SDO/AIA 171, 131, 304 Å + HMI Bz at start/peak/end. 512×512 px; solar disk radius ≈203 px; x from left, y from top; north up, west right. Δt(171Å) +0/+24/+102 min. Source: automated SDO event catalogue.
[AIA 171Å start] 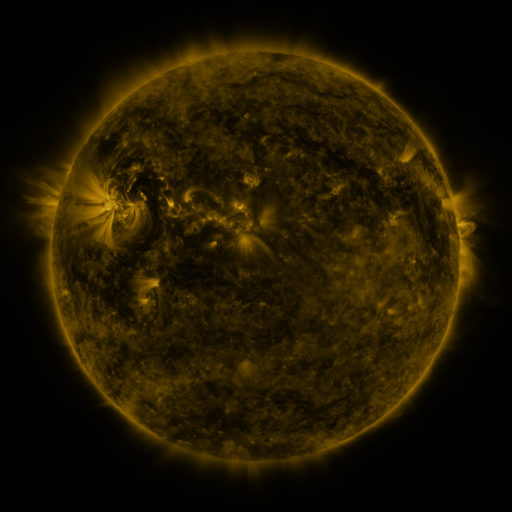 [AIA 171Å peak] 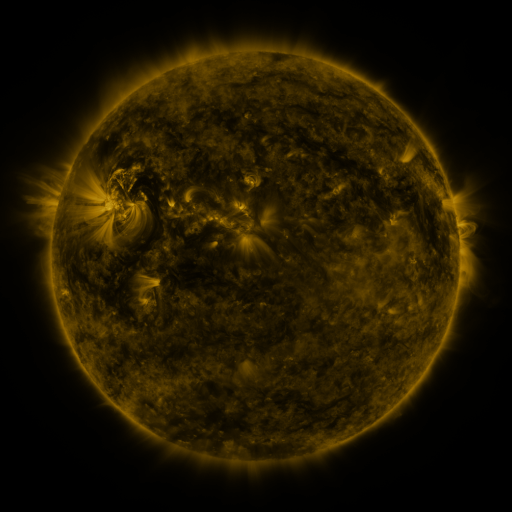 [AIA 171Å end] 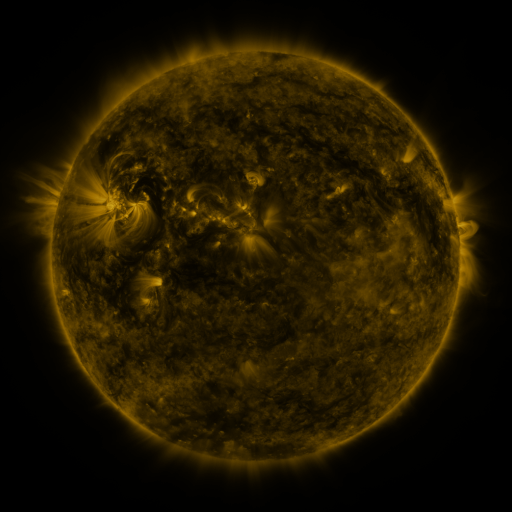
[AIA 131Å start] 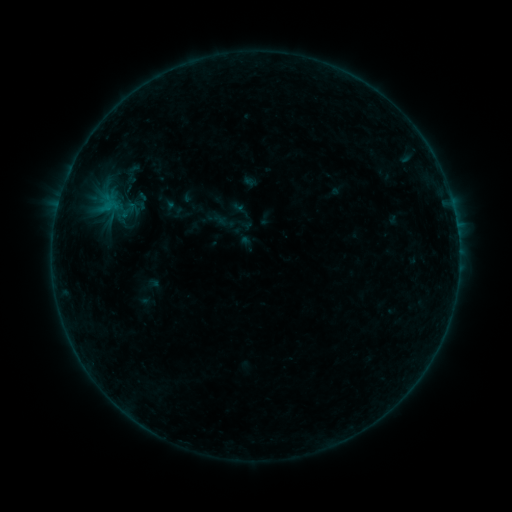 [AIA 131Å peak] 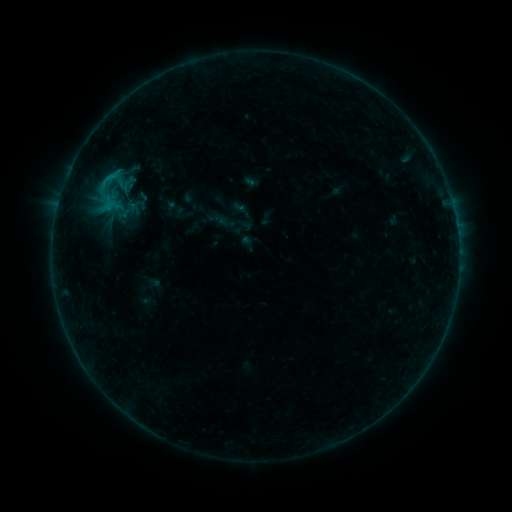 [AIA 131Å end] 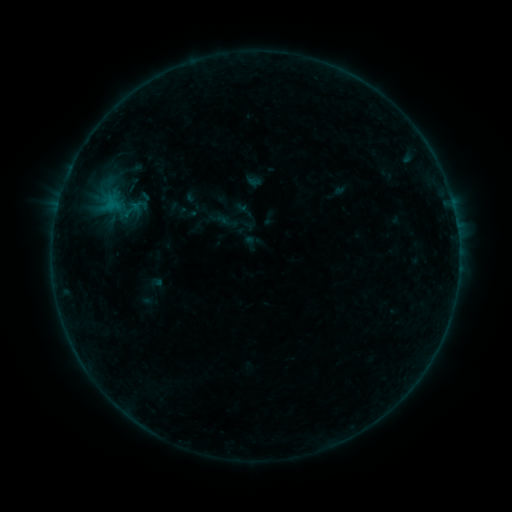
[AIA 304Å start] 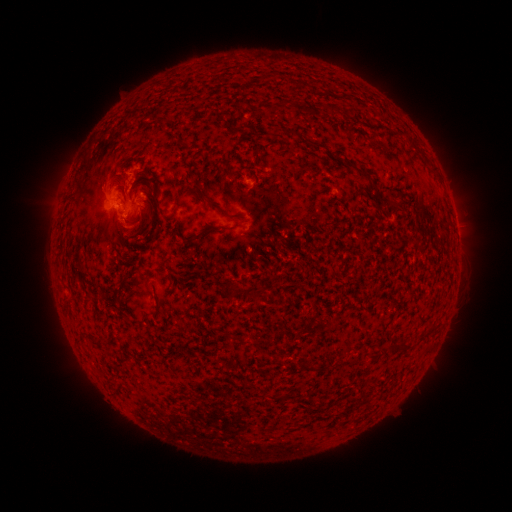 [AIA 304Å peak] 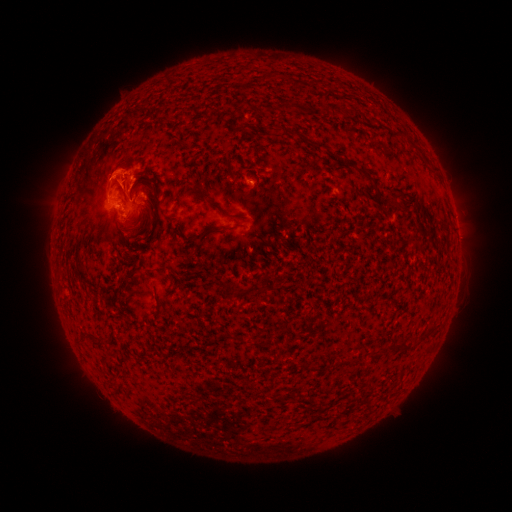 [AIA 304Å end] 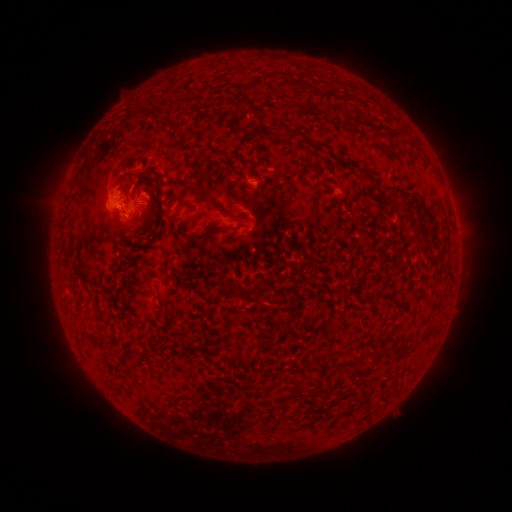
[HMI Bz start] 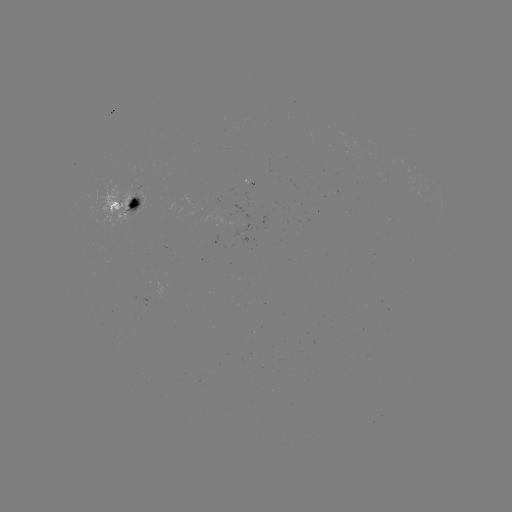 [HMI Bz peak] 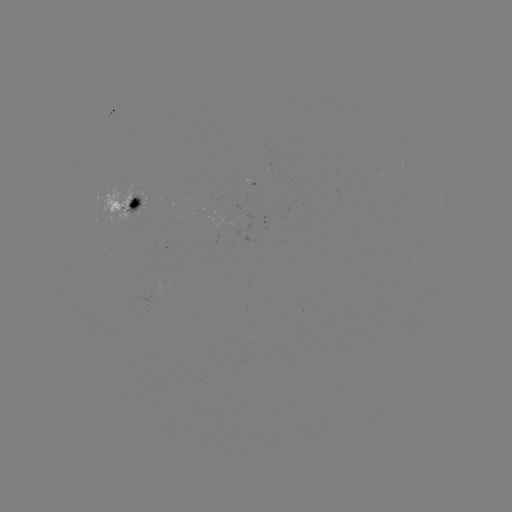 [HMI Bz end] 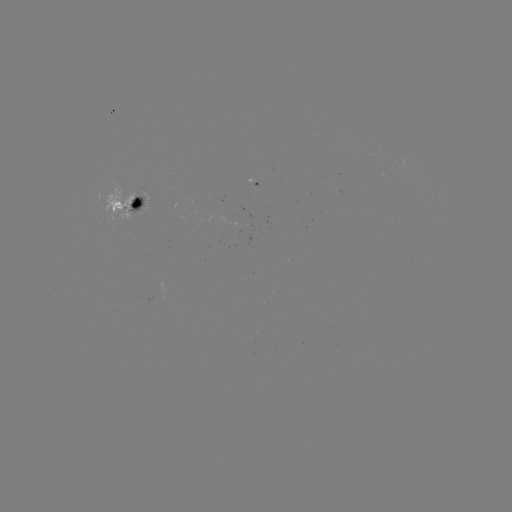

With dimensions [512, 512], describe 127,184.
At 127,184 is C1.1 flare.